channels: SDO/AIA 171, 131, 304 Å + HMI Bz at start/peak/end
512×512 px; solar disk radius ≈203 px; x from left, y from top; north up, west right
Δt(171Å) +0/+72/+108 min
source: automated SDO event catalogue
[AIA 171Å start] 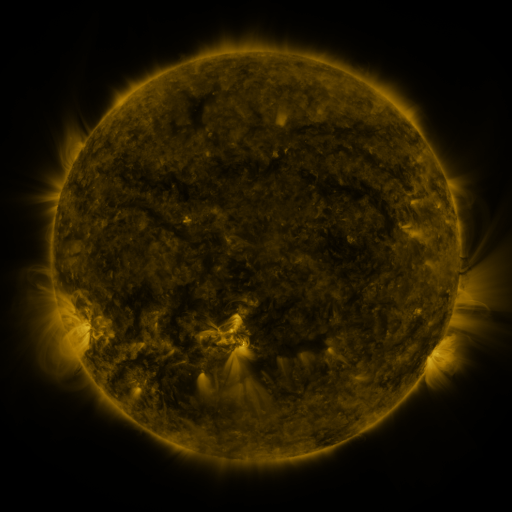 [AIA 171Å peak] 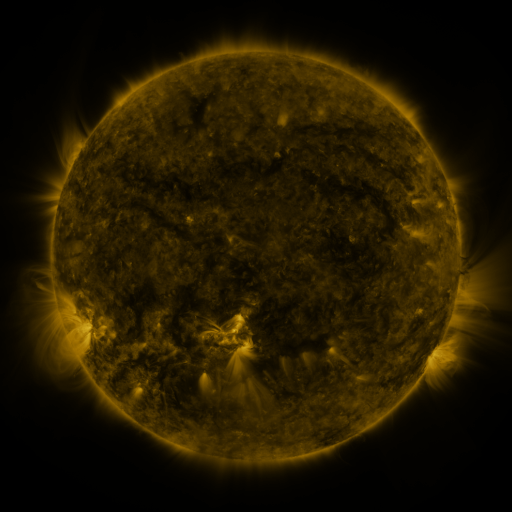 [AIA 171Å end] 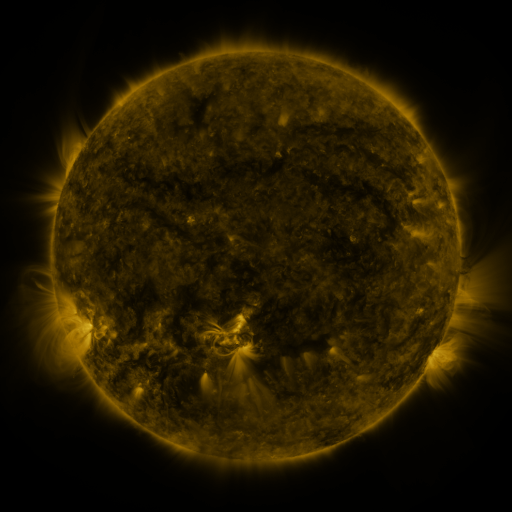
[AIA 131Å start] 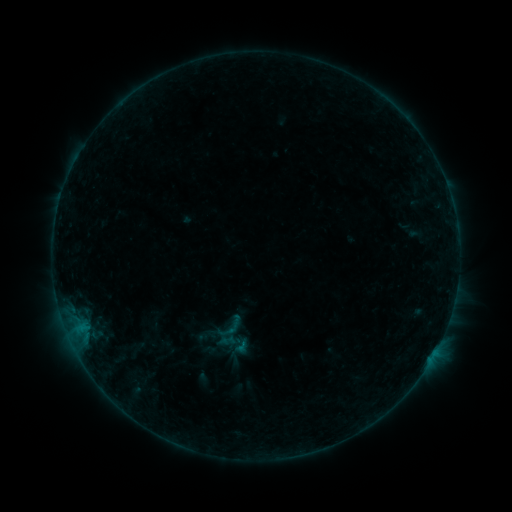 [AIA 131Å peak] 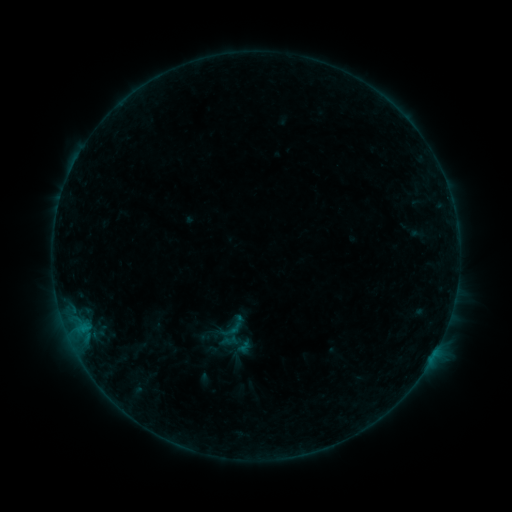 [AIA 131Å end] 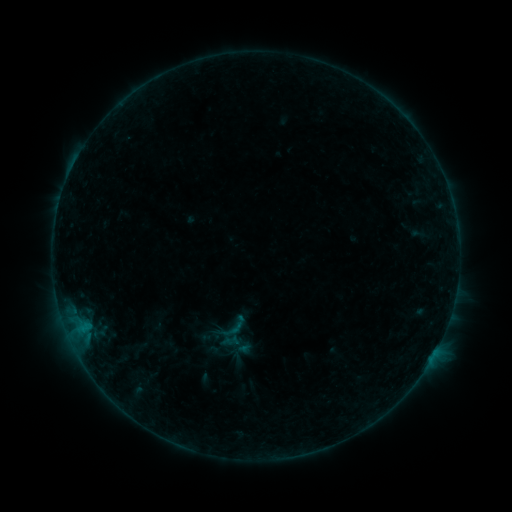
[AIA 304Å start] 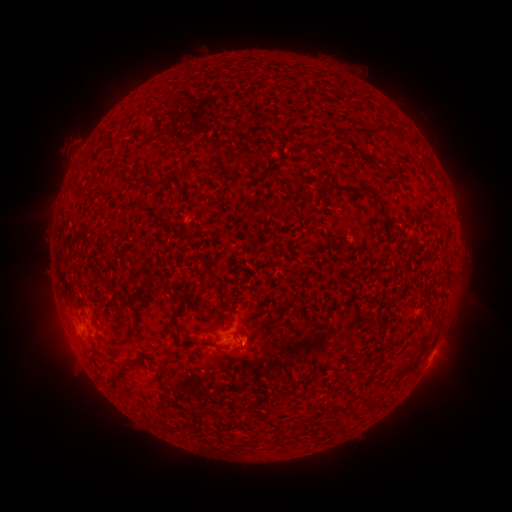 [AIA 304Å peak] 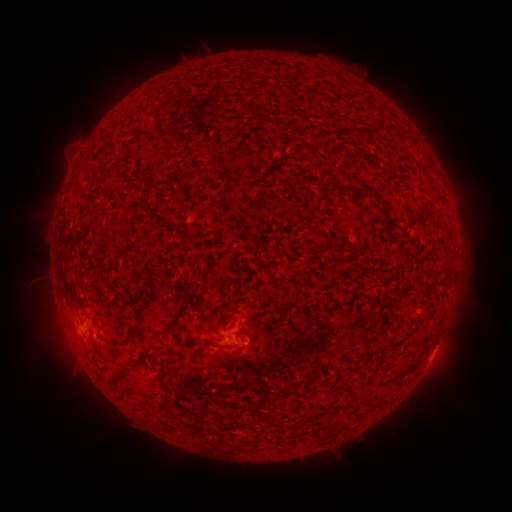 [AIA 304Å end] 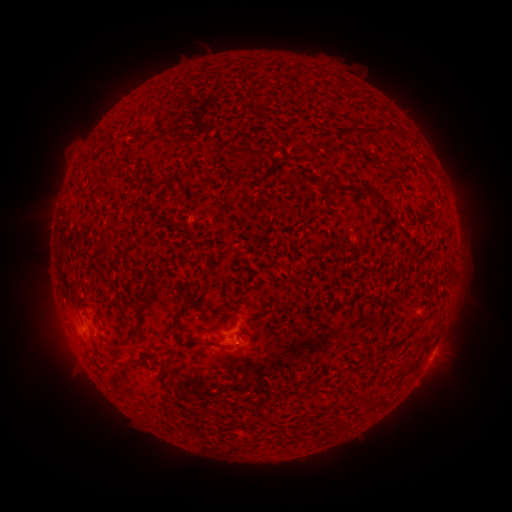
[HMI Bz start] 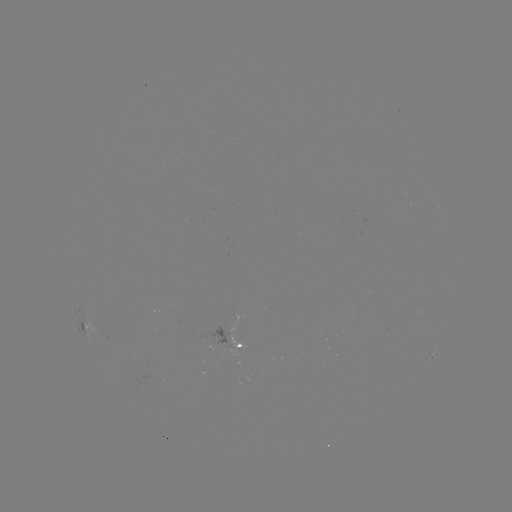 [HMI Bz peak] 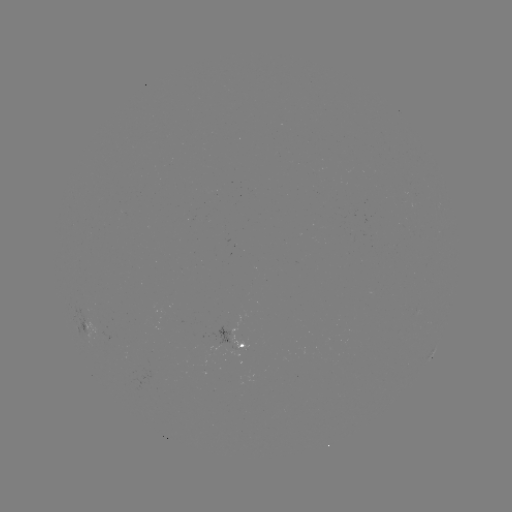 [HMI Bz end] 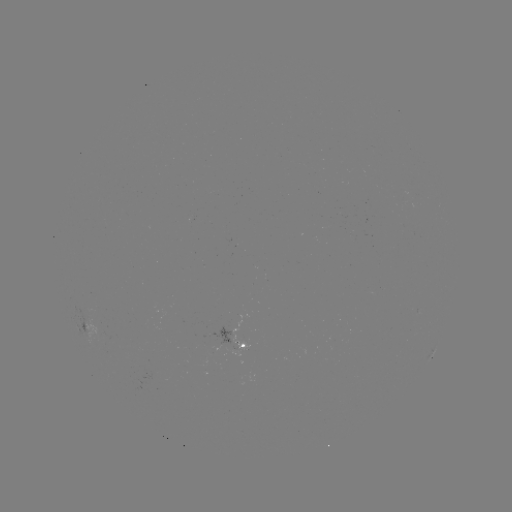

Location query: emerging-flux region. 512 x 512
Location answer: [104, 337].